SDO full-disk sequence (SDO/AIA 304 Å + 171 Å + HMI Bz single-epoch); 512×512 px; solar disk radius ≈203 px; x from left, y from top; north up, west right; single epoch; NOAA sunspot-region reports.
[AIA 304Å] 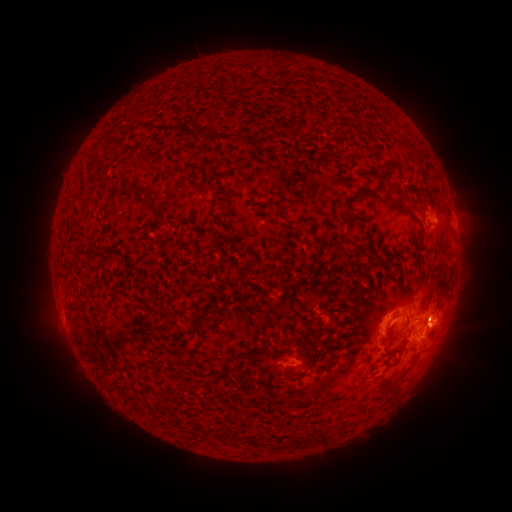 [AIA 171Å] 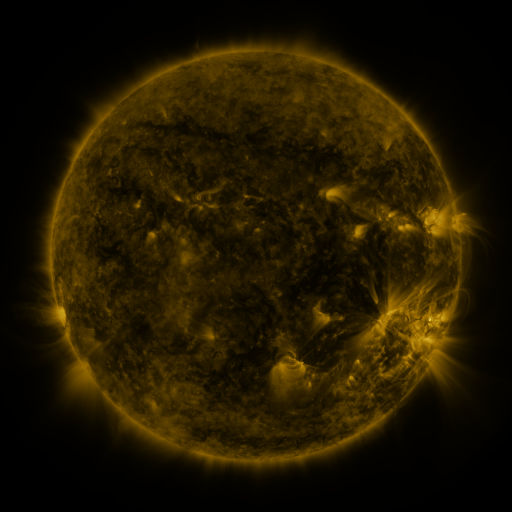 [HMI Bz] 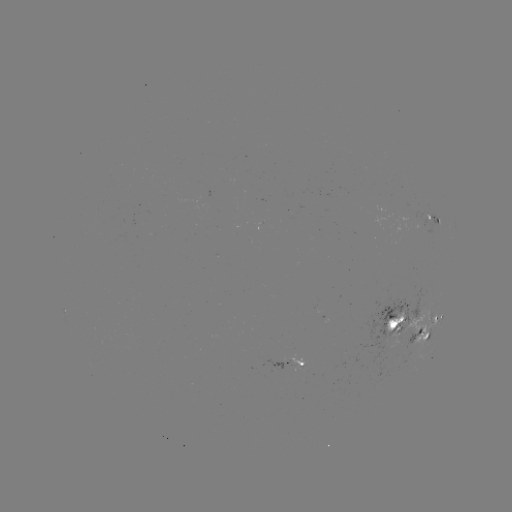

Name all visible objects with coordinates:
spotted active region: (431, 217)
spotted active region: (436, 320)
spotted active region: (400, 325)
spotted active region: (420, 336)
spotted active region: (281, 365)
